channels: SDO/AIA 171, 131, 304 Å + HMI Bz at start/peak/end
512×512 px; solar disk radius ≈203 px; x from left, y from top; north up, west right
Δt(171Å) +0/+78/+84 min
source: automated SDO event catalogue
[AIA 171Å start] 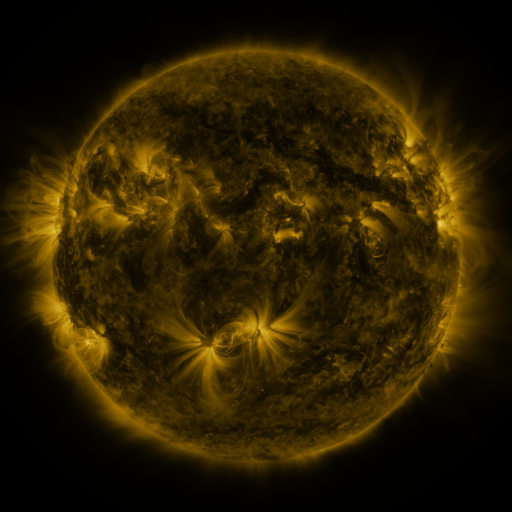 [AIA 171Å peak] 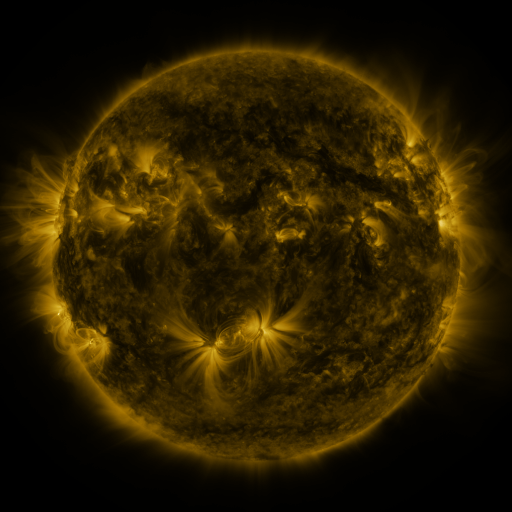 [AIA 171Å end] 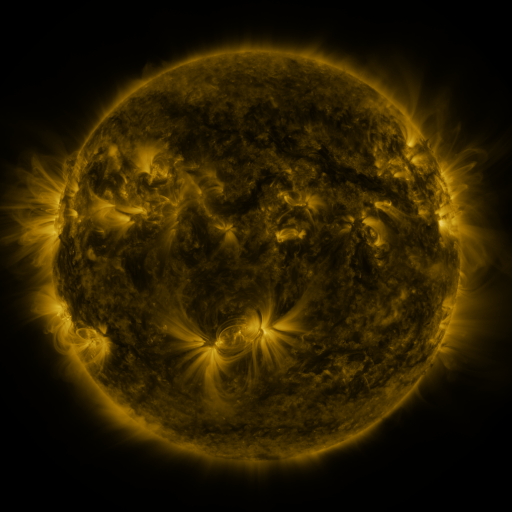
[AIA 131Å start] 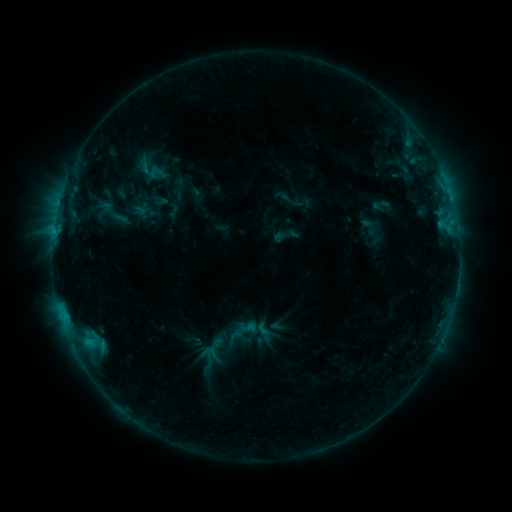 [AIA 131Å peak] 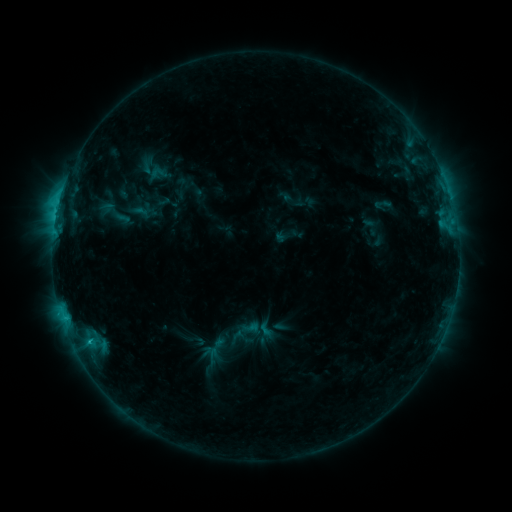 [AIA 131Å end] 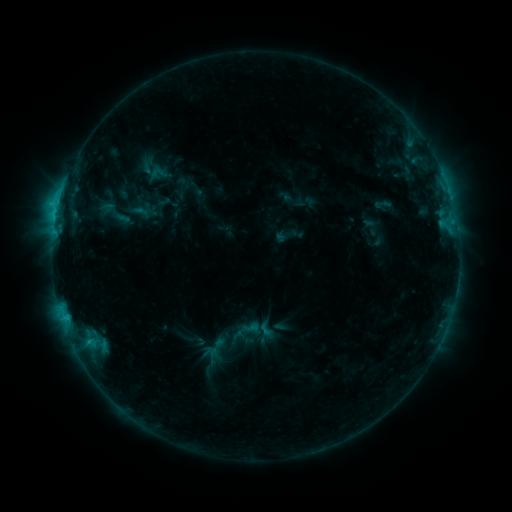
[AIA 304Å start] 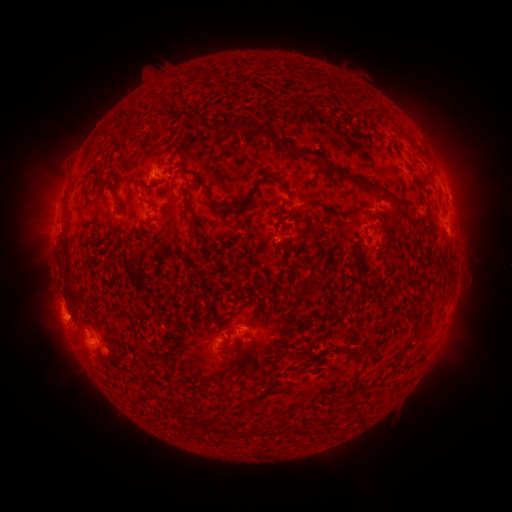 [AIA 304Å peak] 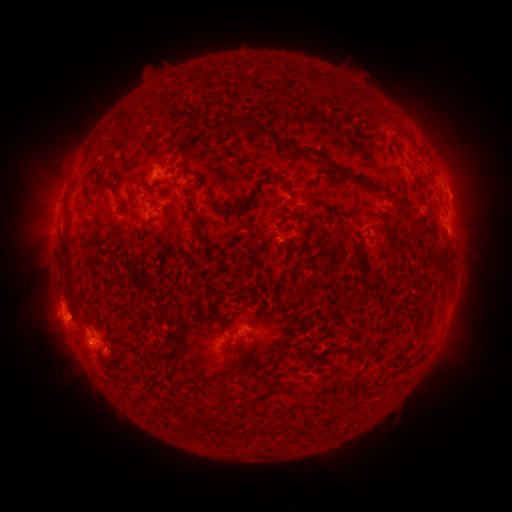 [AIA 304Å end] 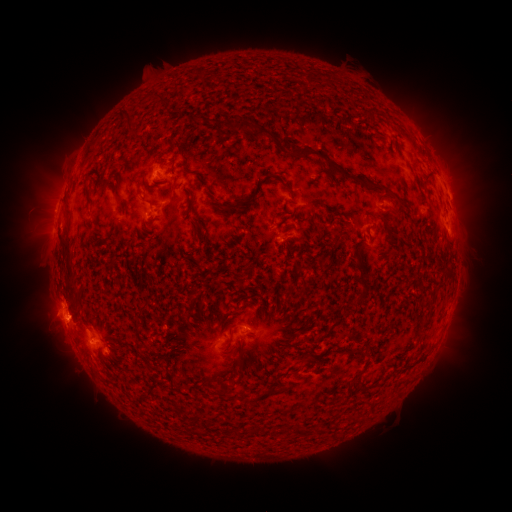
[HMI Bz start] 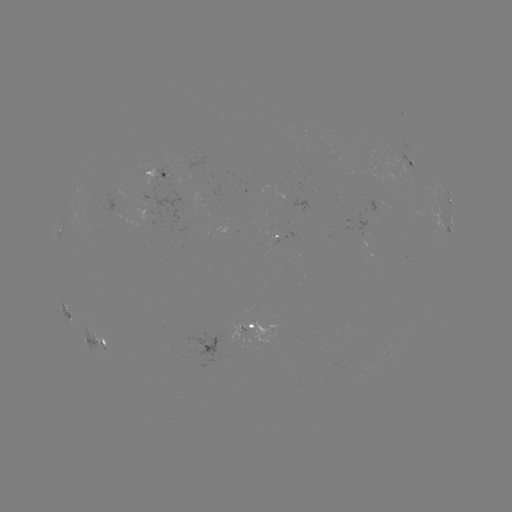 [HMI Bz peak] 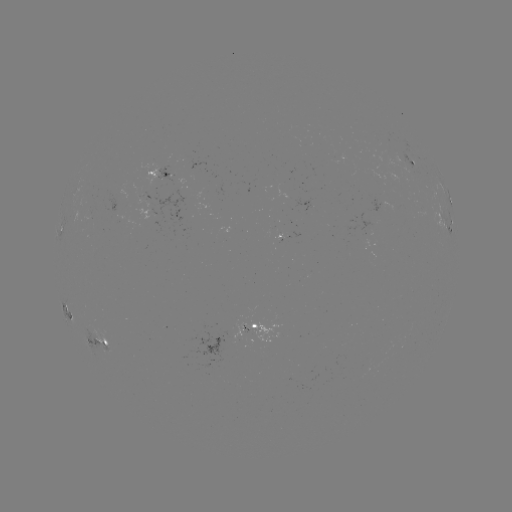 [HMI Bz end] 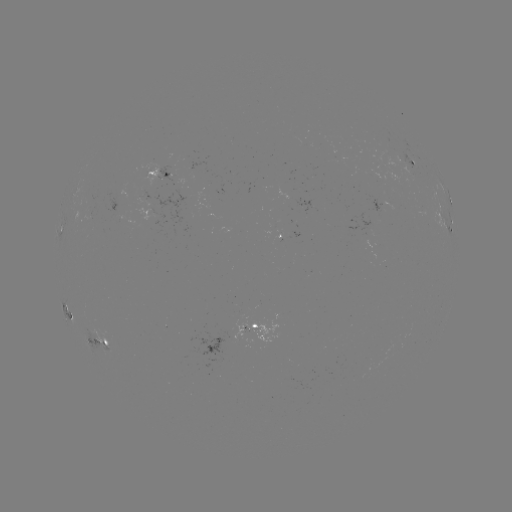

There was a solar flare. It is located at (65, 317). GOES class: C2.7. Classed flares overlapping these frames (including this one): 1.